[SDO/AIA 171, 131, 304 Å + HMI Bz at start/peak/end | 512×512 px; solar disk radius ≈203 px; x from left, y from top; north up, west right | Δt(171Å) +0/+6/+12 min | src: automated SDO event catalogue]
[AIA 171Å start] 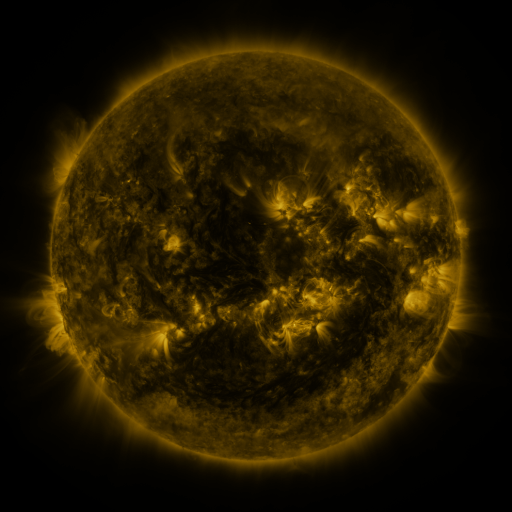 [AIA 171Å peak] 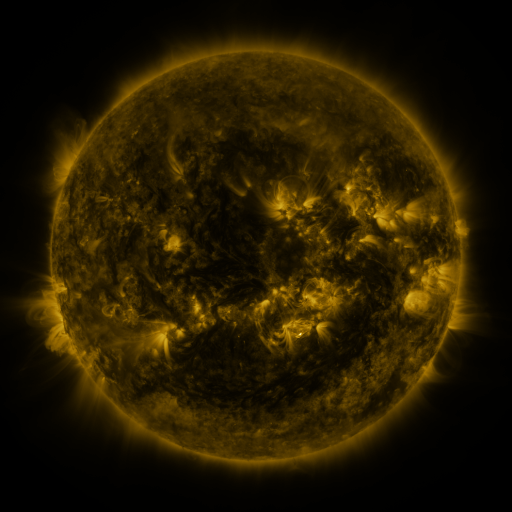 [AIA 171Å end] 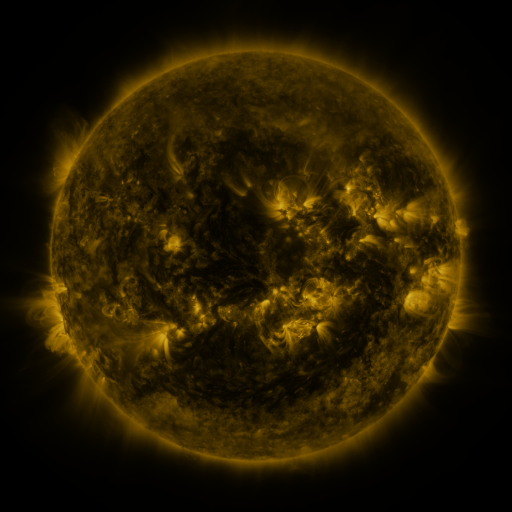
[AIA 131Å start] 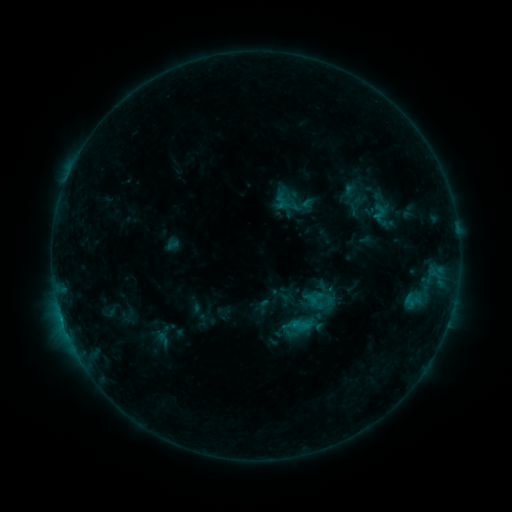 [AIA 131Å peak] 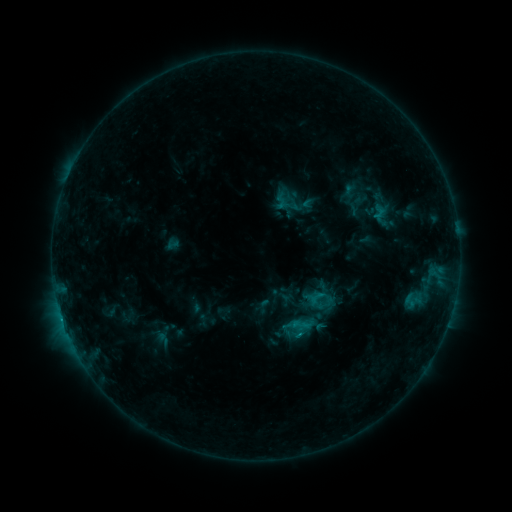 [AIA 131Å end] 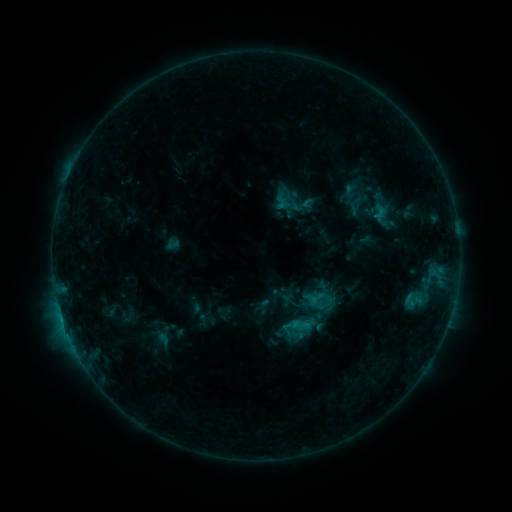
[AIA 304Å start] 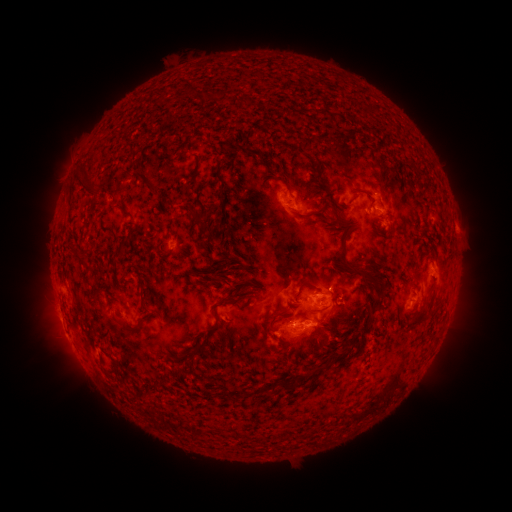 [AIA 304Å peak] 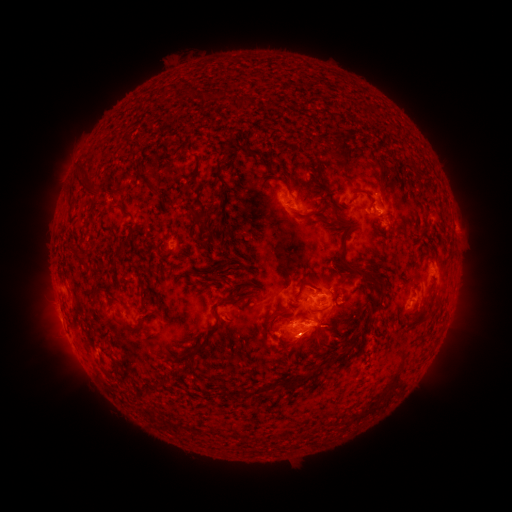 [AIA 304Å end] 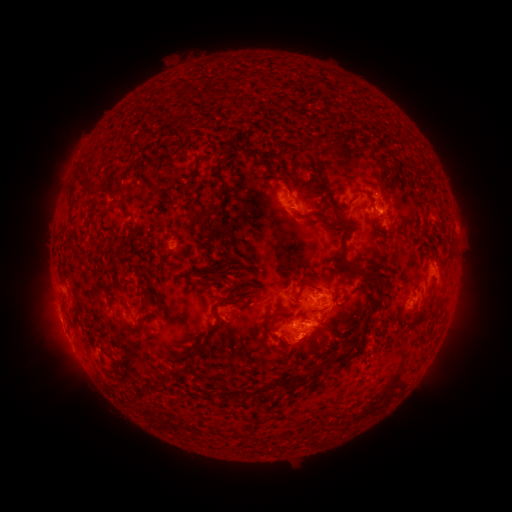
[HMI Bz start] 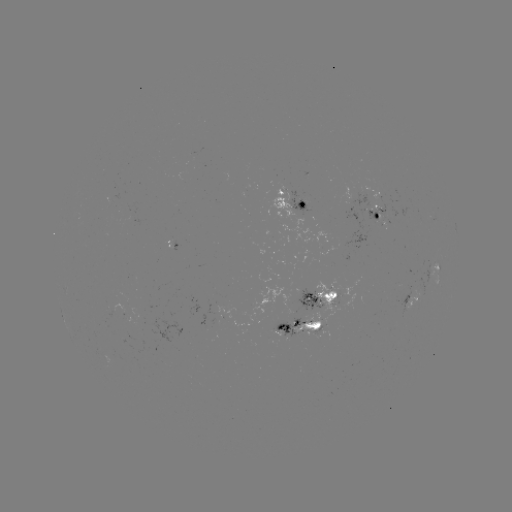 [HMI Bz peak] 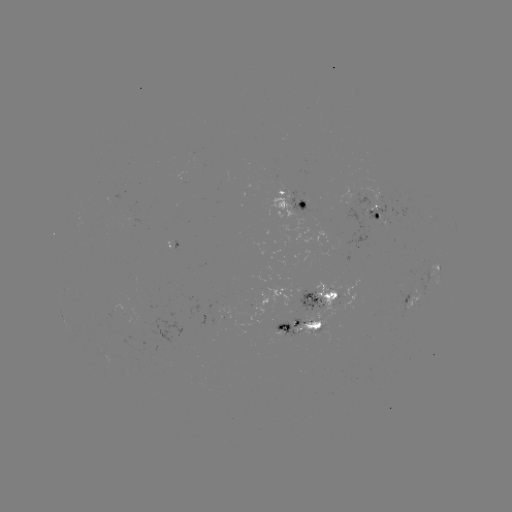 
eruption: (276, 326, 327, 376)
